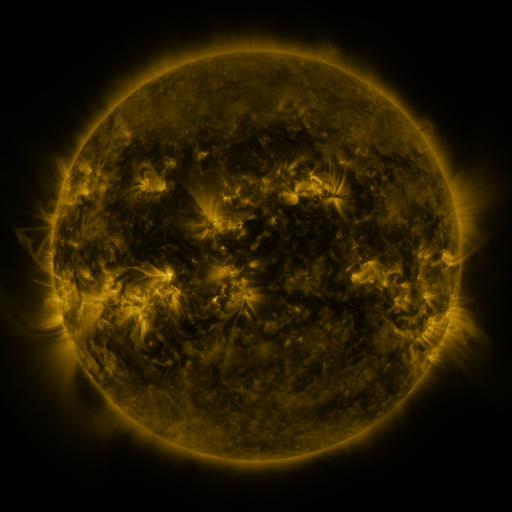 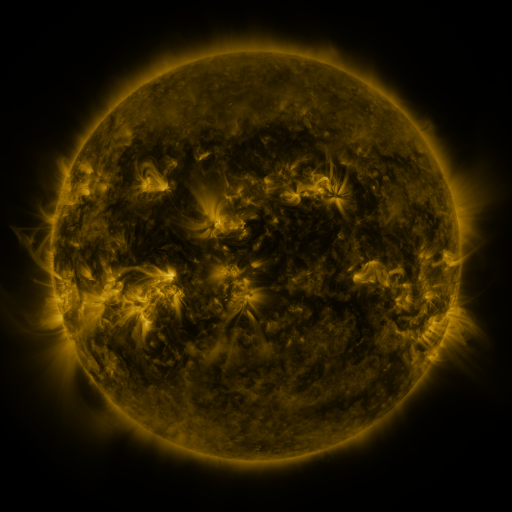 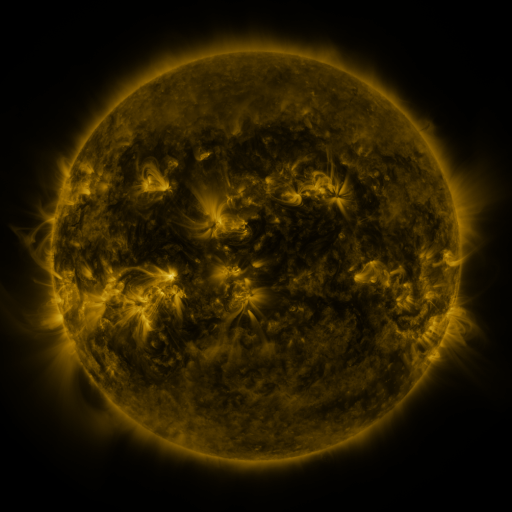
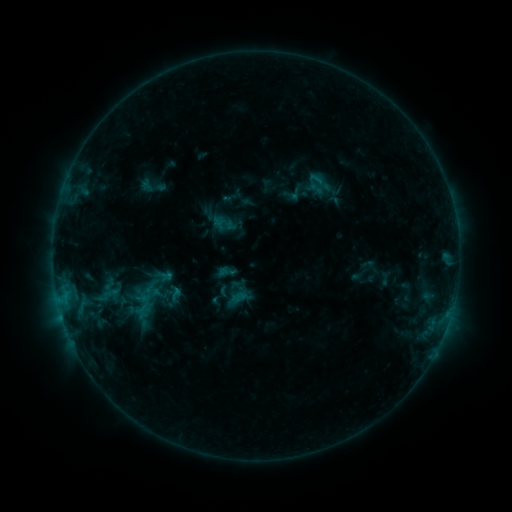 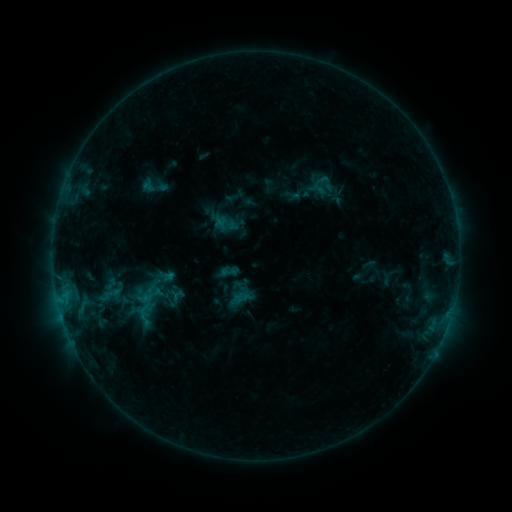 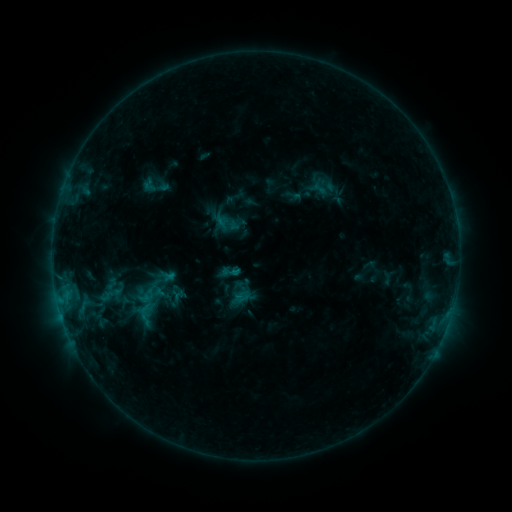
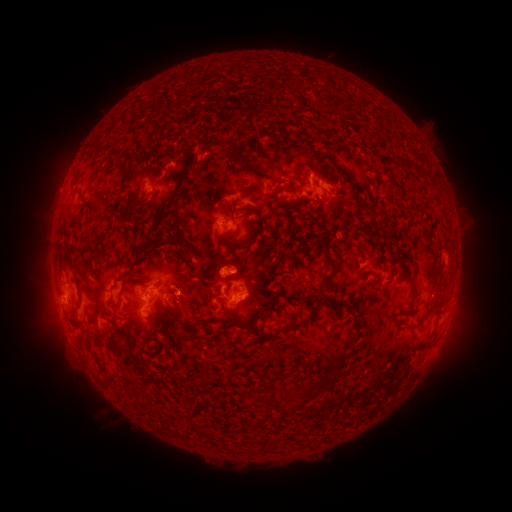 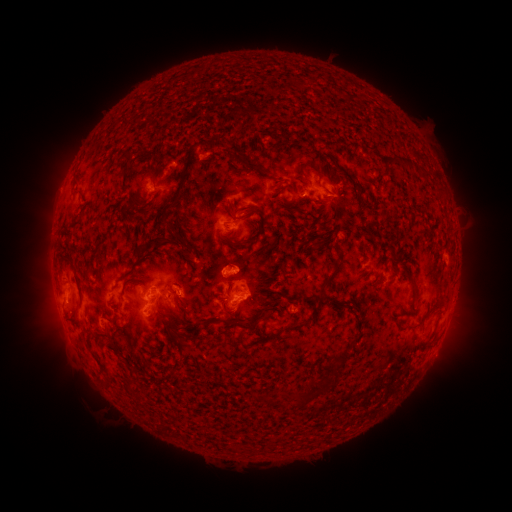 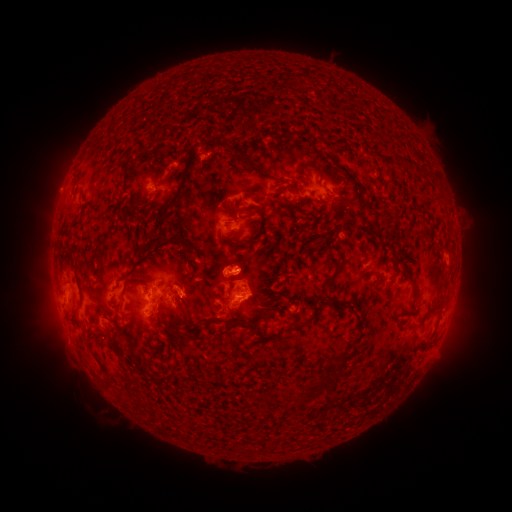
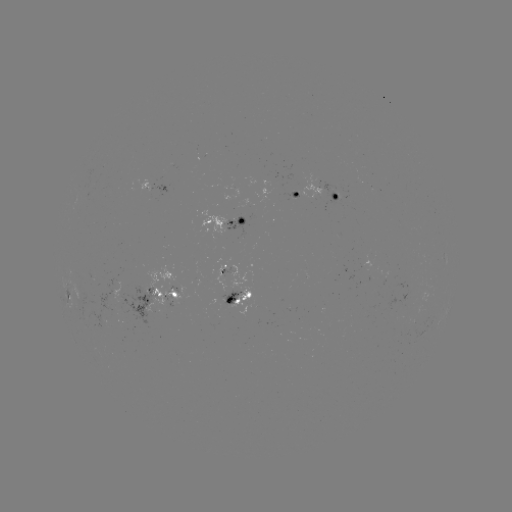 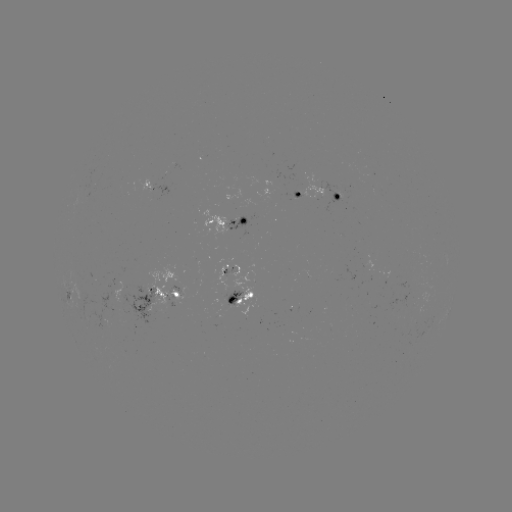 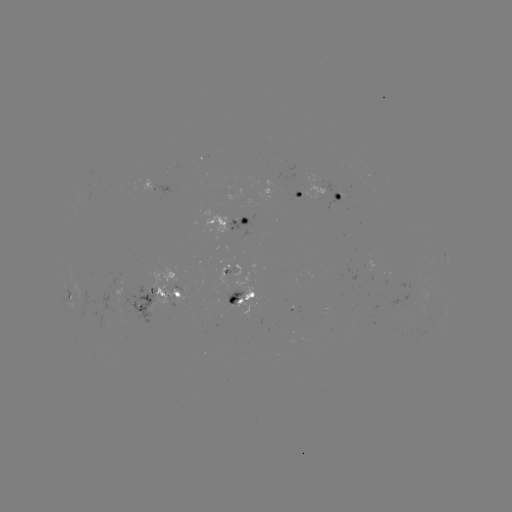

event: emerging-flux region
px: (412, 280)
